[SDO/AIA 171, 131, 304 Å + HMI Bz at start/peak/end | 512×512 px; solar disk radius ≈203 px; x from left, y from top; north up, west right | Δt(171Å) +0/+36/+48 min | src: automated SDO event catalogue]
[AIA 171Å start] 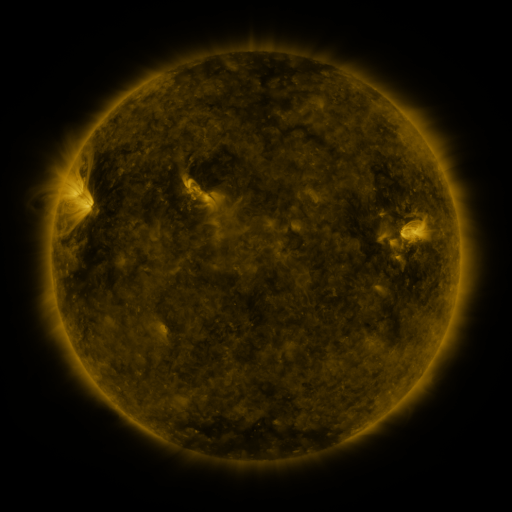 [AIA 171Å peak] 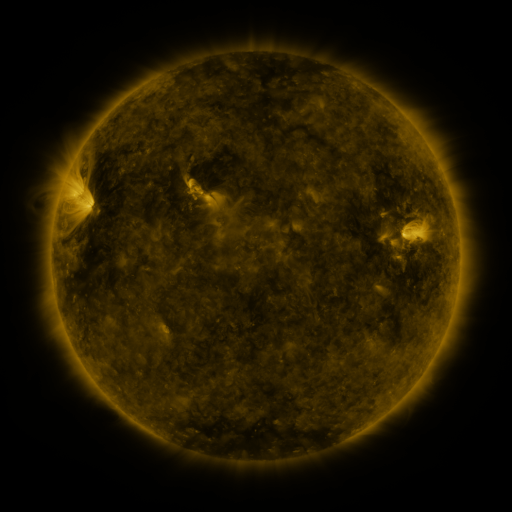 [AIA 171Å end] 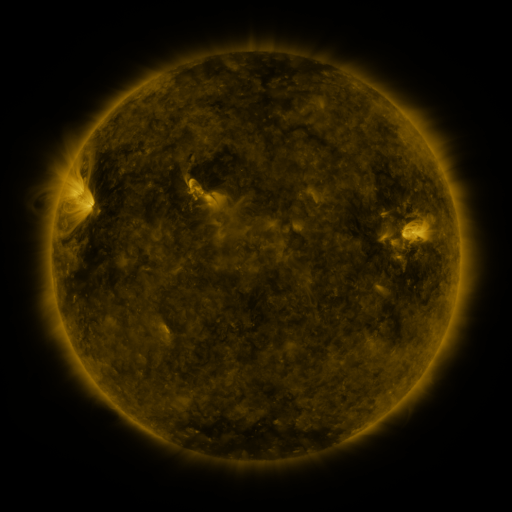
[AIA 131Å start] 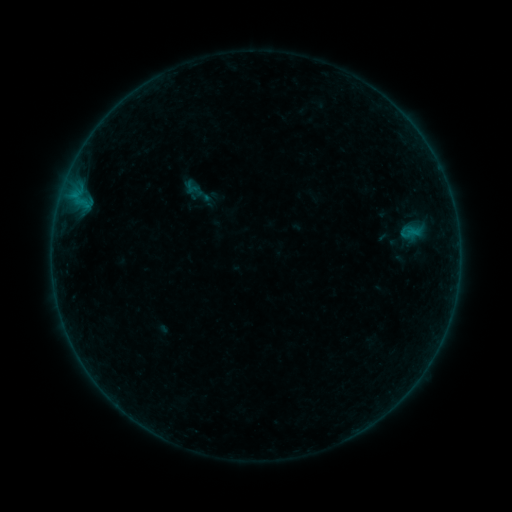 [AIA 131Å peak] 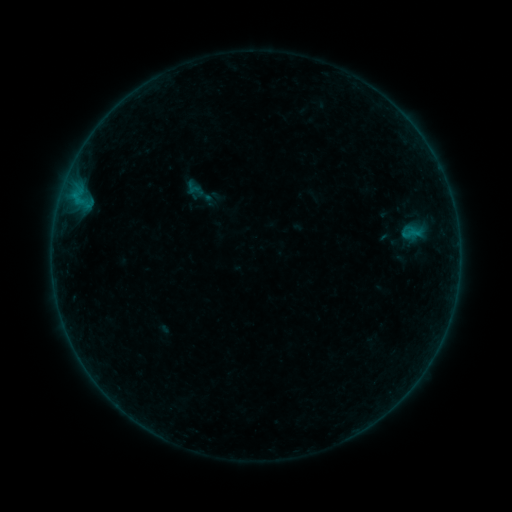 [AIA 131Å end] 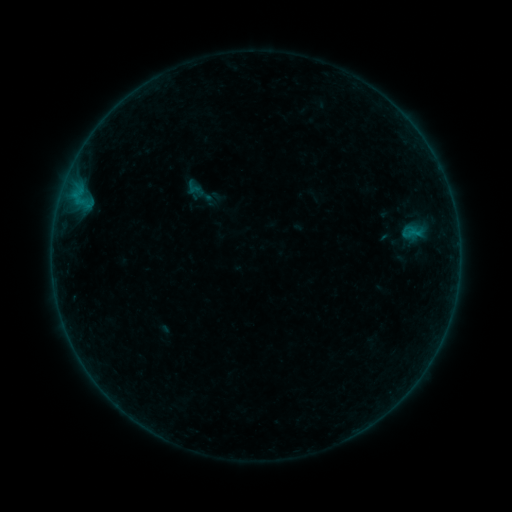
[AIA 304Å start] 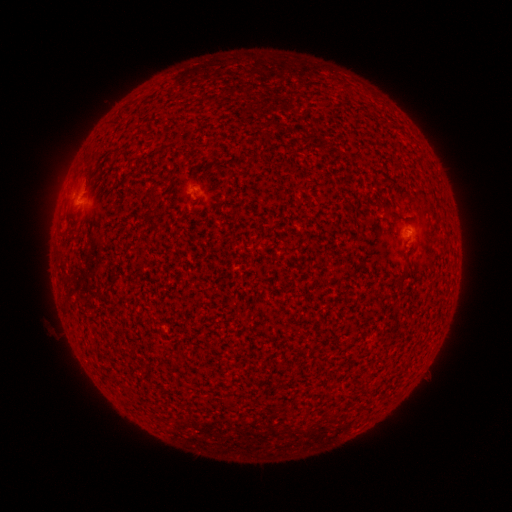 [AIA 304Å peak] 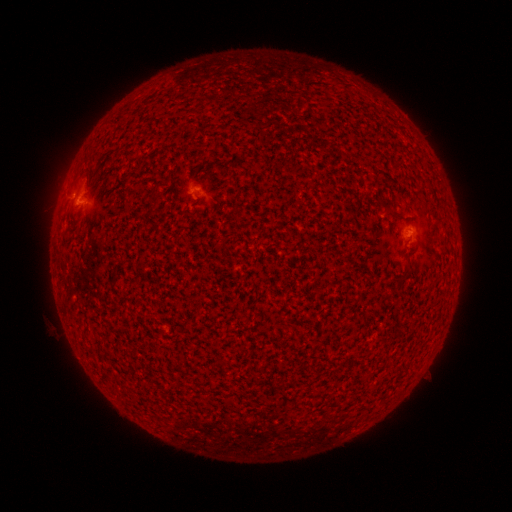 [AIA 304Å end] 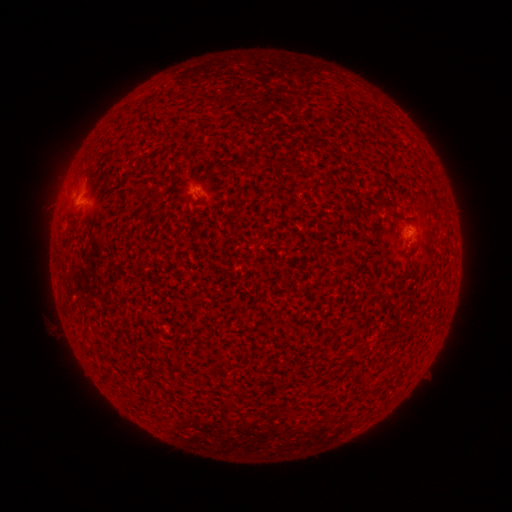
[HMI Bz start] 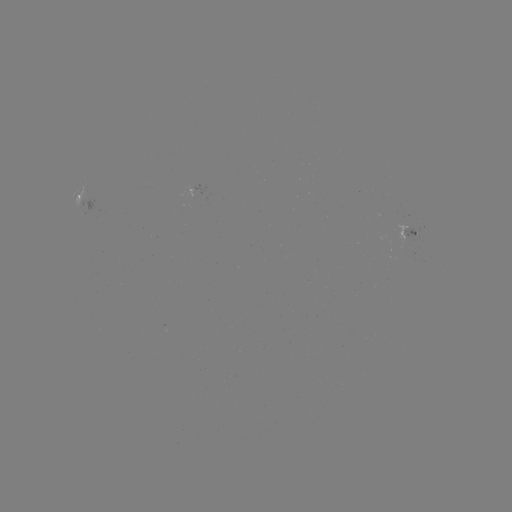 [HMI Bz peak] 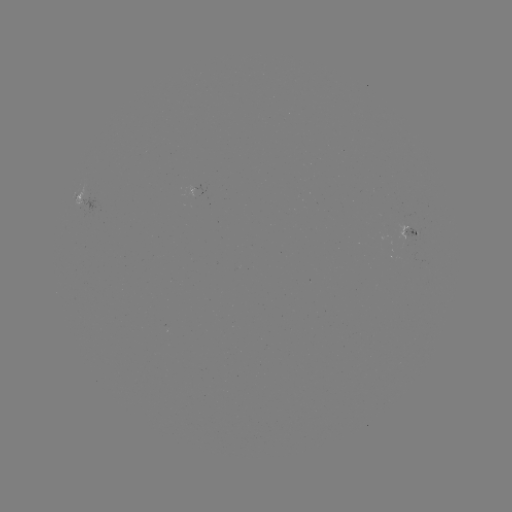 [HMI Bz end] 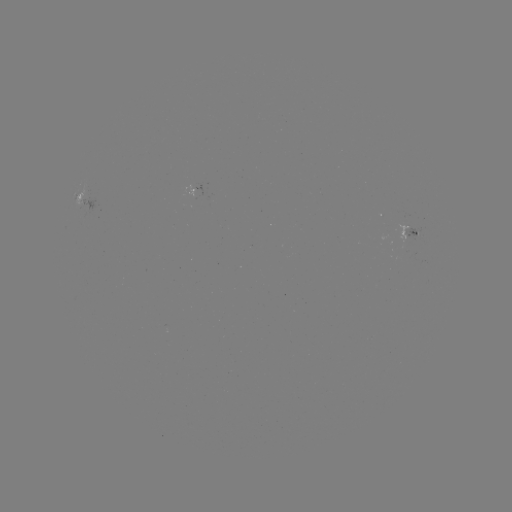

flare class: B1.2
